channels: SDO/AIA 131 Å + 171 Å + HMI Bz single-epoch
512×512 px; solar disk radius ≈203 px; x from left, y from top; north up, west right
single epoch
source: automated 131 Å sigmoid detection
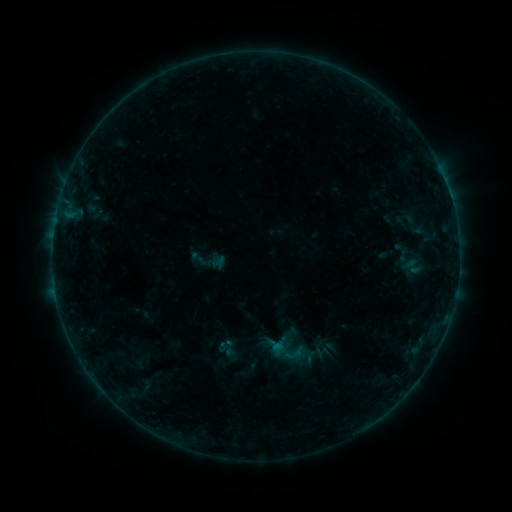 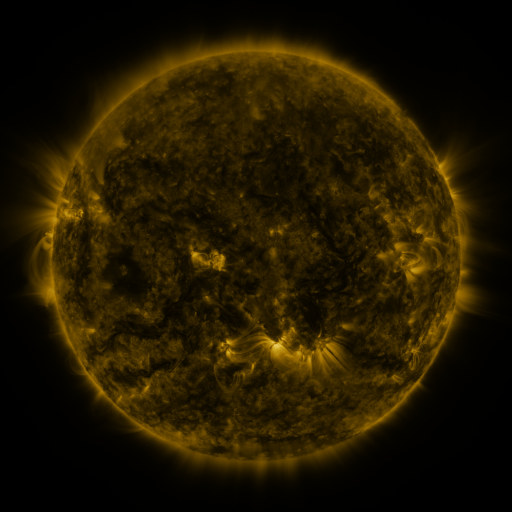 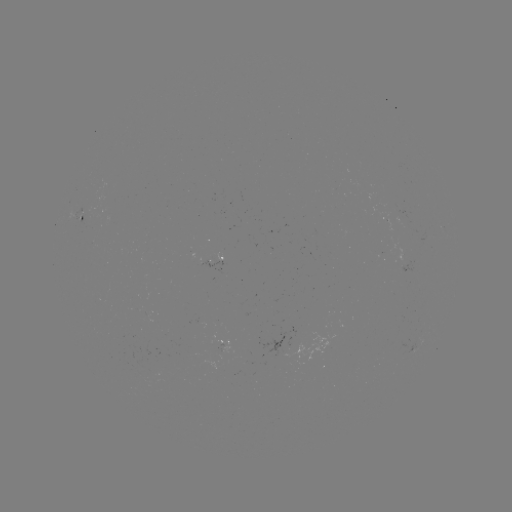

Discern sigmoid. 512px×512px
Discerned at [225, 344].